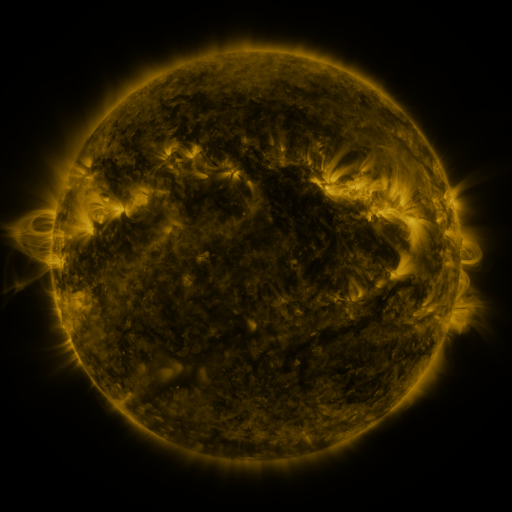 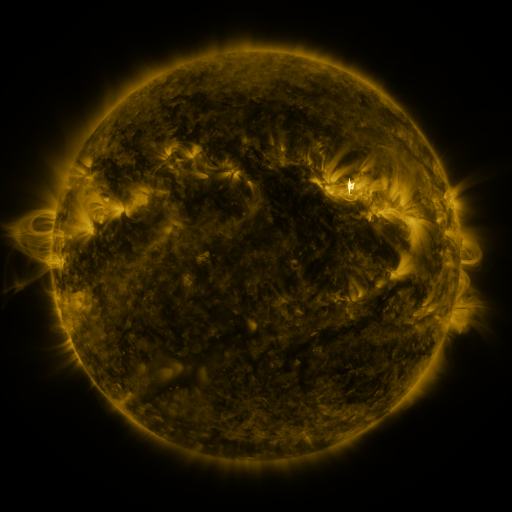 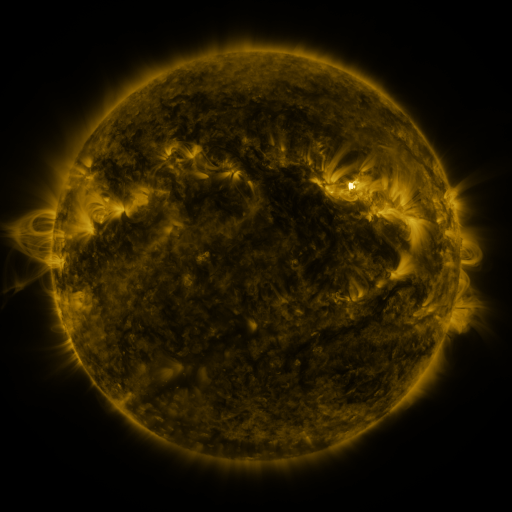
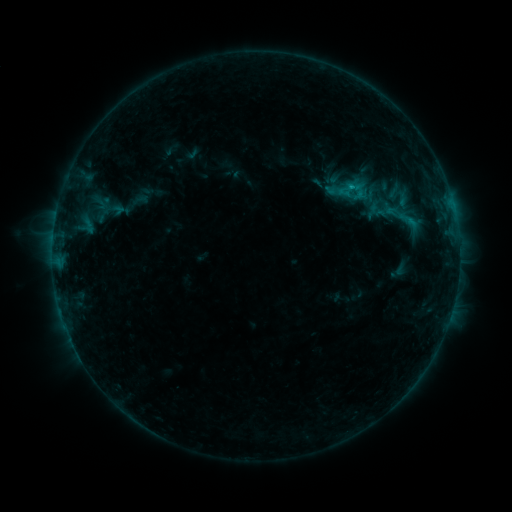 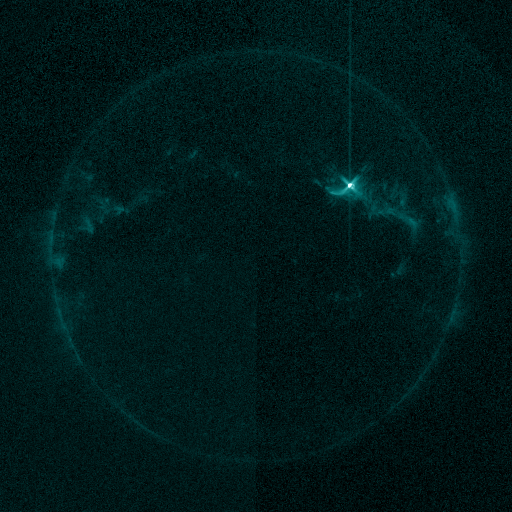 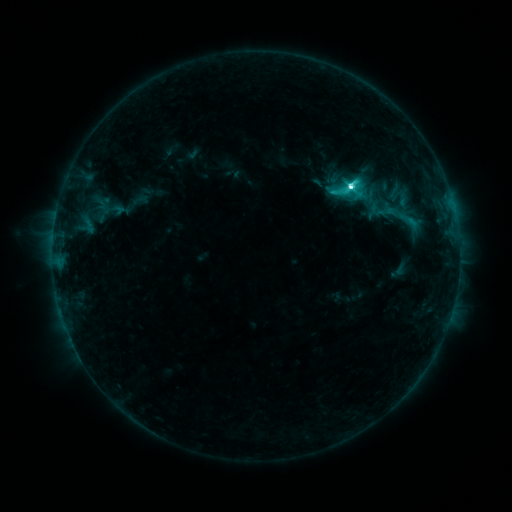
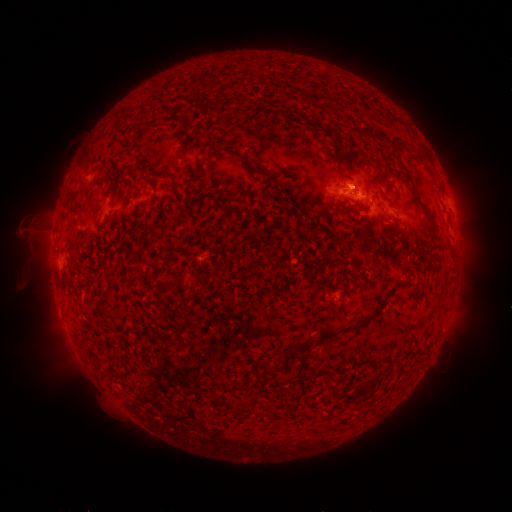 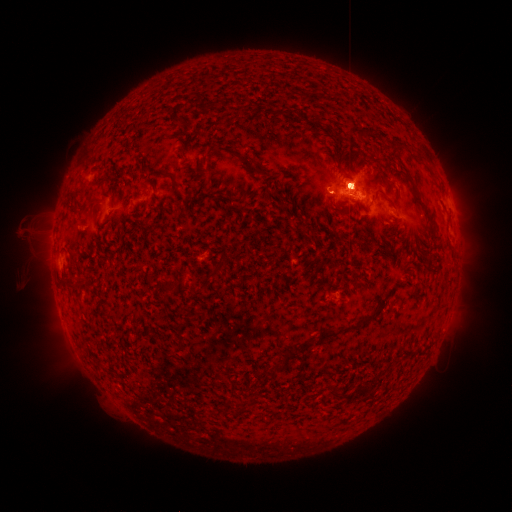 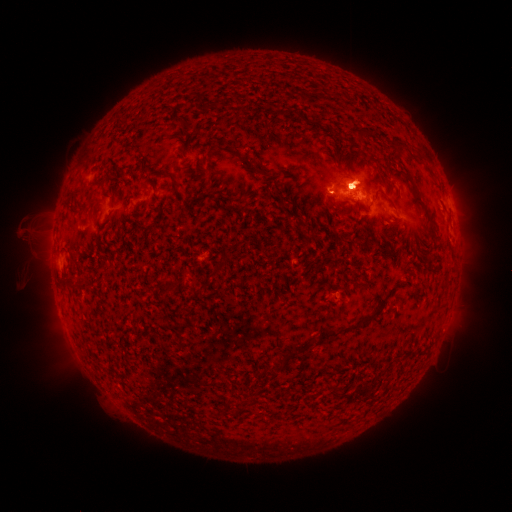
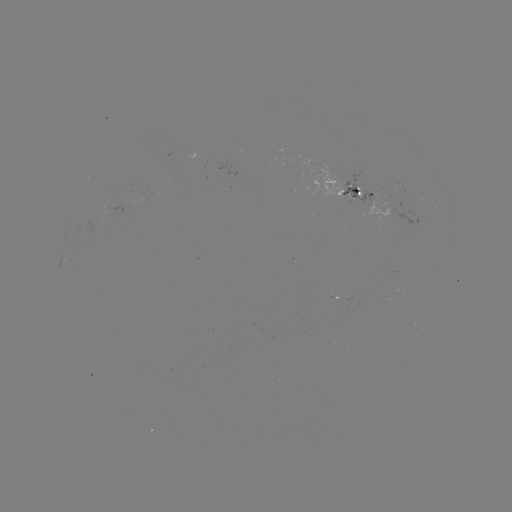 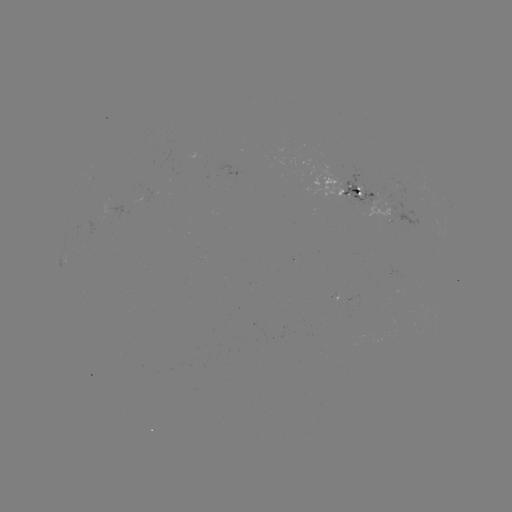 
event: flare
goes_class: M1.8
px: (348, 186)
